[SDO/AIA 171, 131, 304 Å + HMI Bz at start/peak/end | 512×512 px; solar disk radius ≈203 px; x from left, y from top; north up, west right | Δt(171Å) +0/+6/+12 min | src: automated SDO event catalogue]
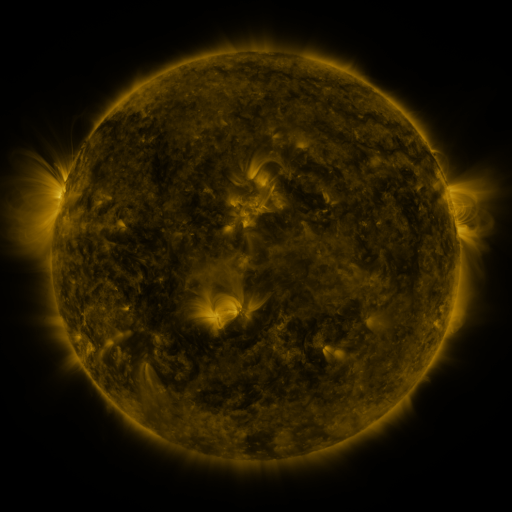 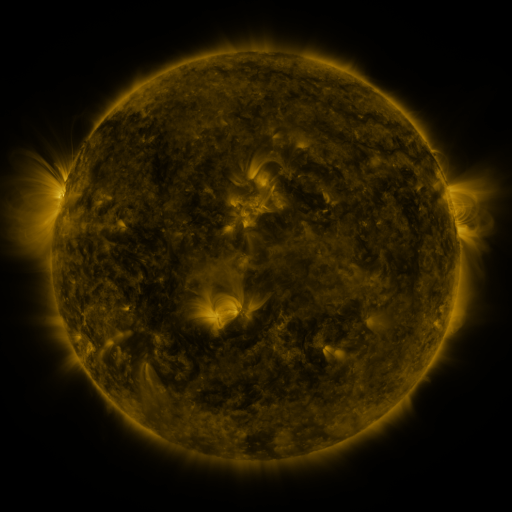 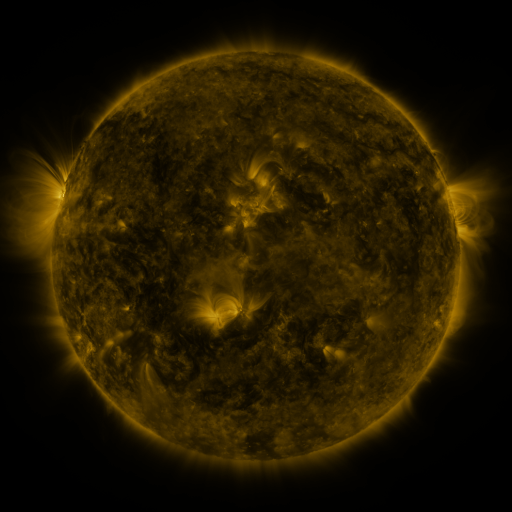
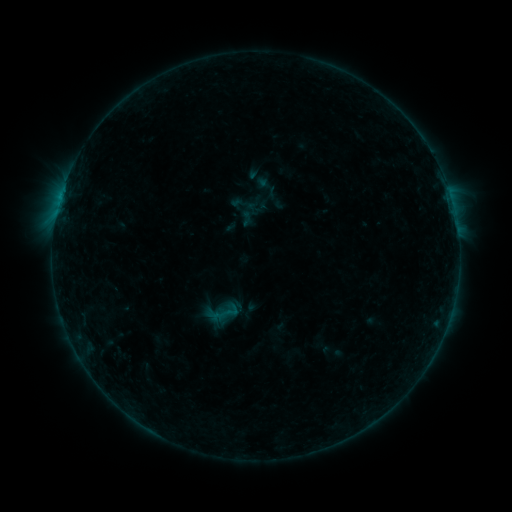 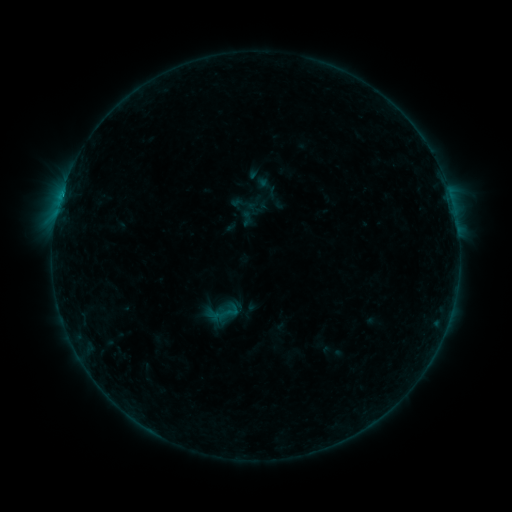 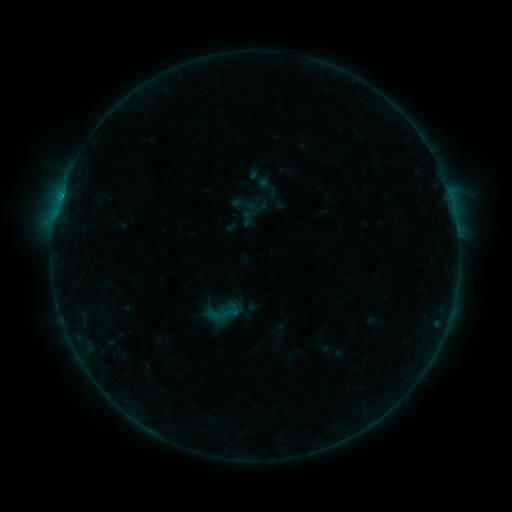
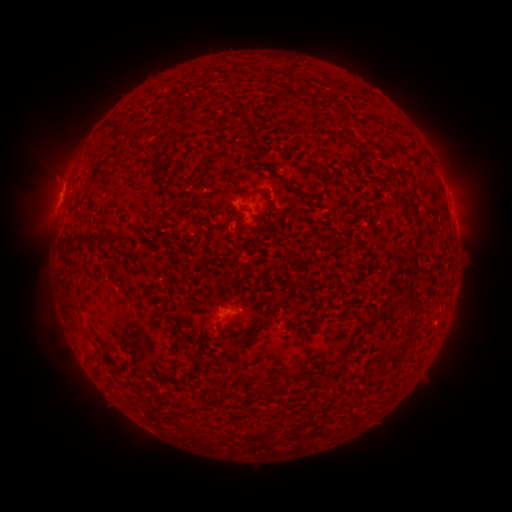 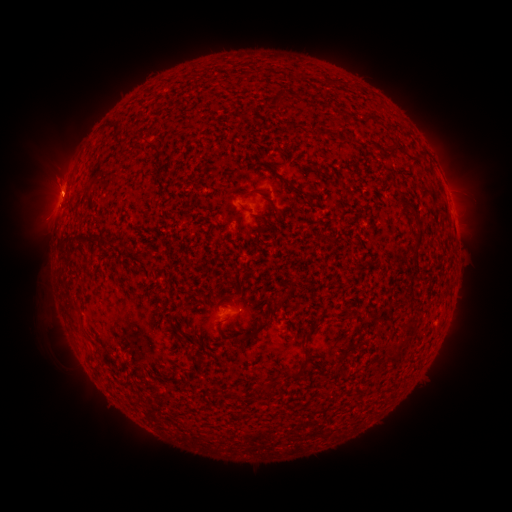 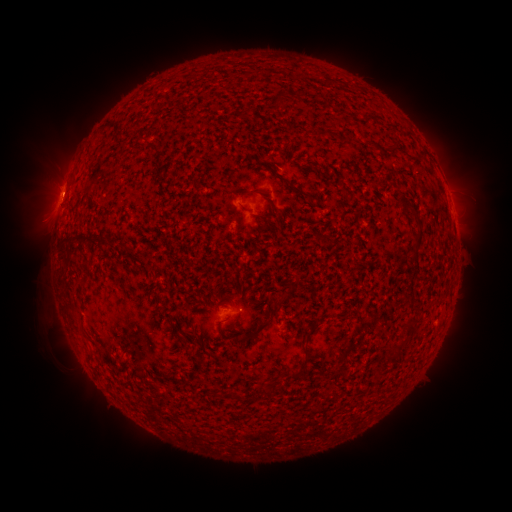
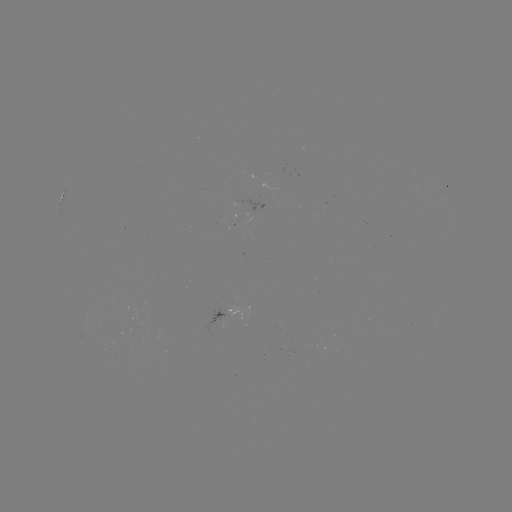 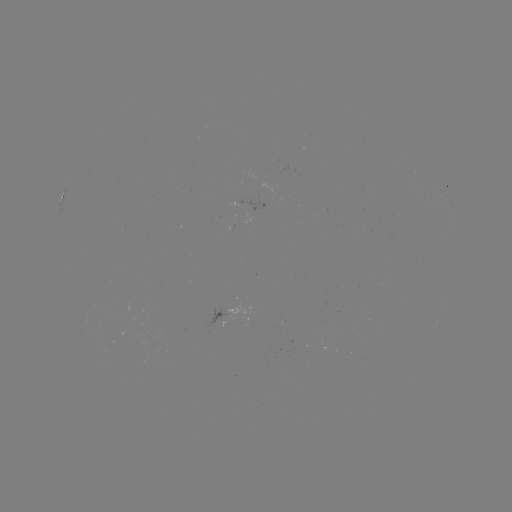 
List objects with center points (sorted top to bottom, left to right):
B5.9 flare: (63, 196)
